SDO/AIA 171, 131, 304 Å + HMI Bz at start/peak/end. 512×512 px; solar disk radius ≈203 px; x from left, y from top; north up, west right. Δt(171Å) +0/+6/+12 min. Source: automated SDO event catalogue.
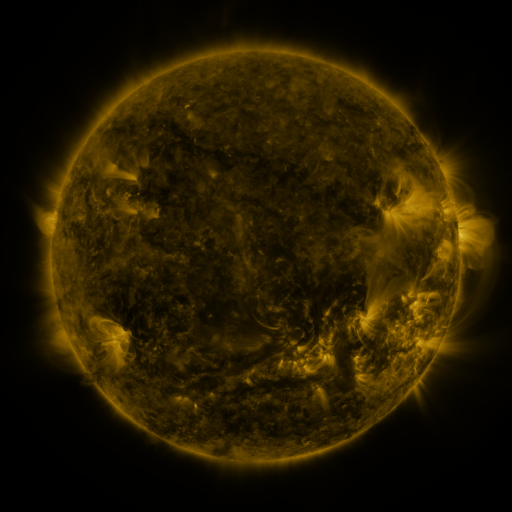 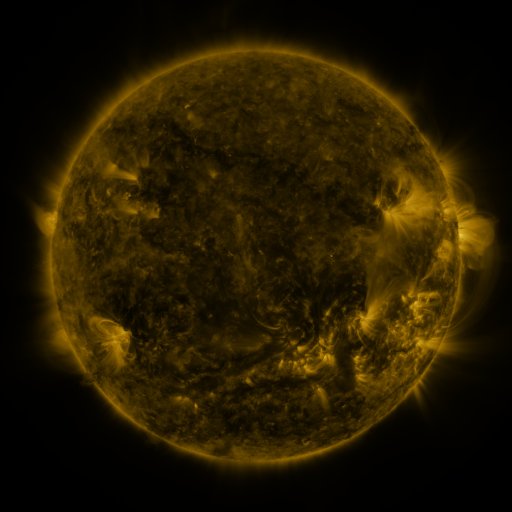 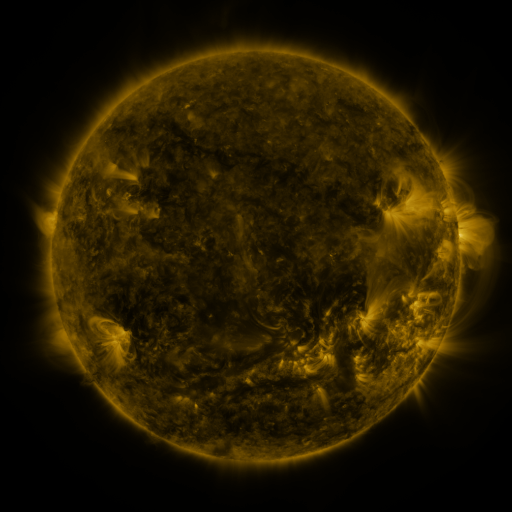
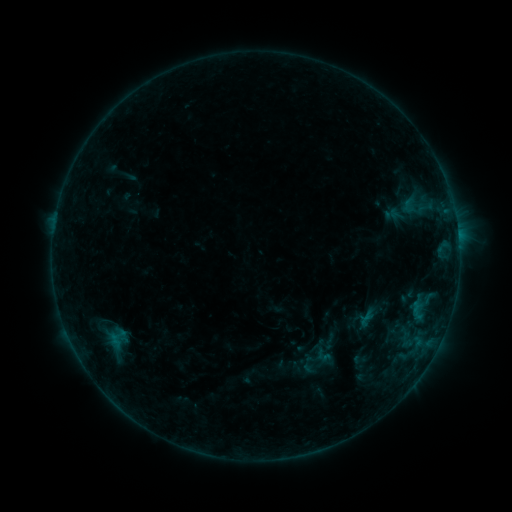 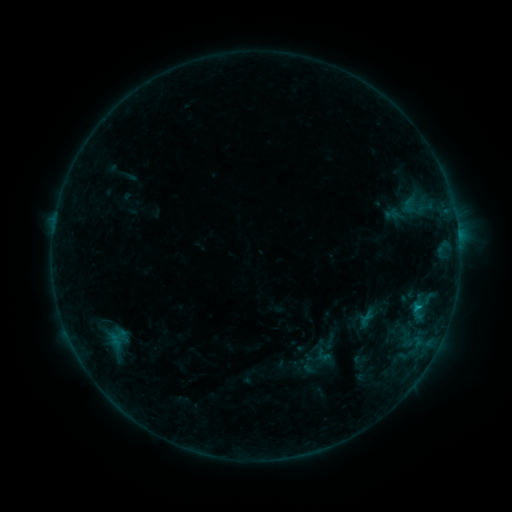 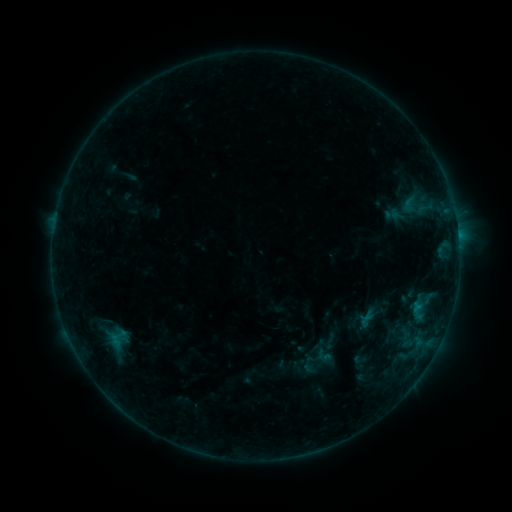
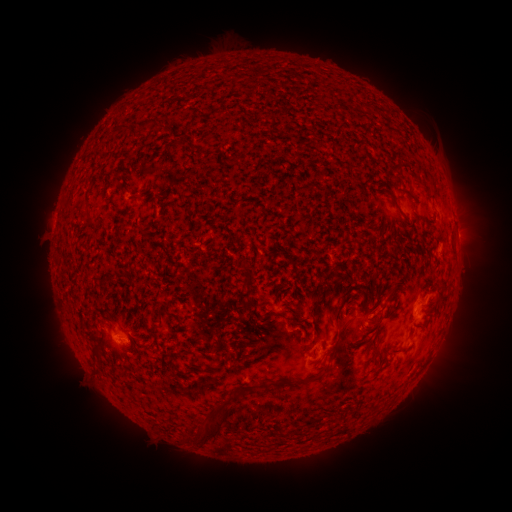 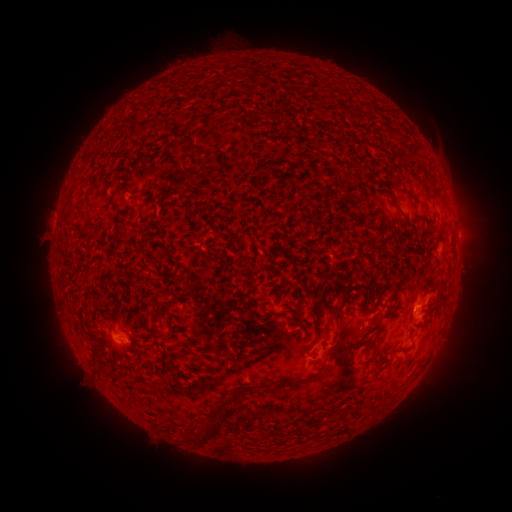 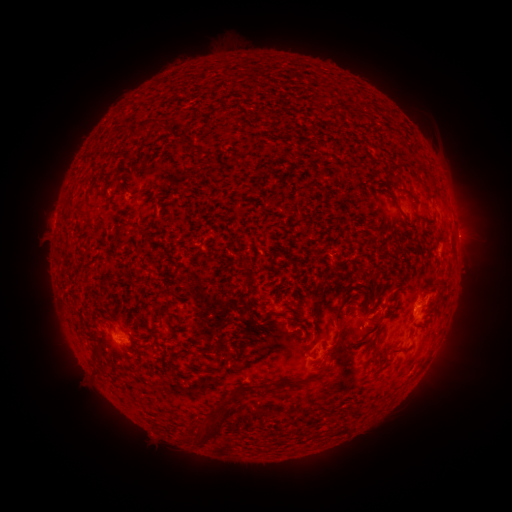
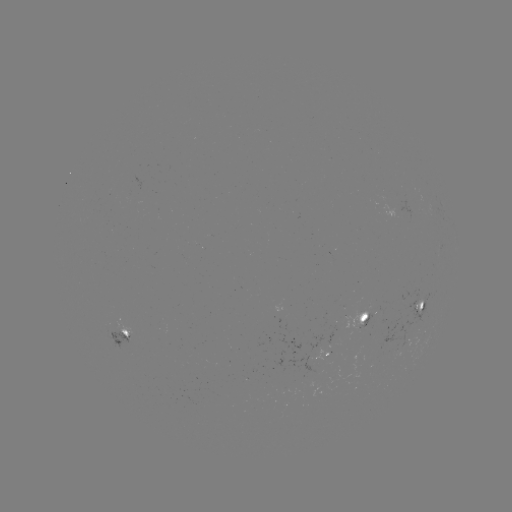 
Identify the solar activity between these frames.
B3.5 flare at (418, 304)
